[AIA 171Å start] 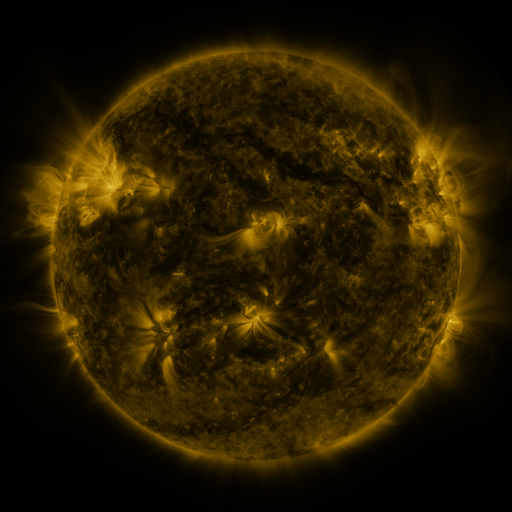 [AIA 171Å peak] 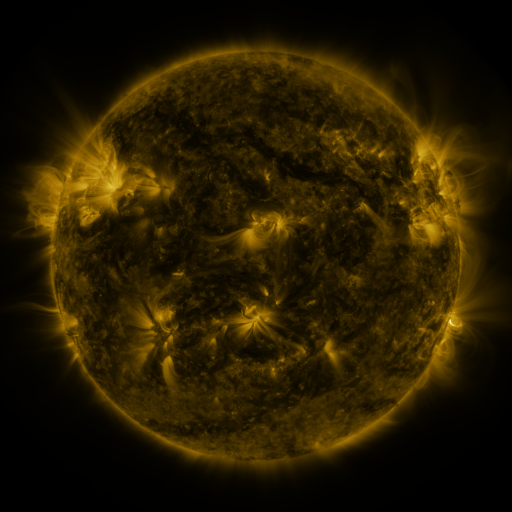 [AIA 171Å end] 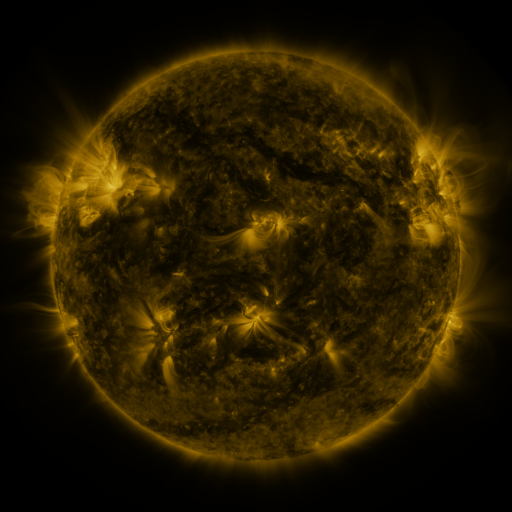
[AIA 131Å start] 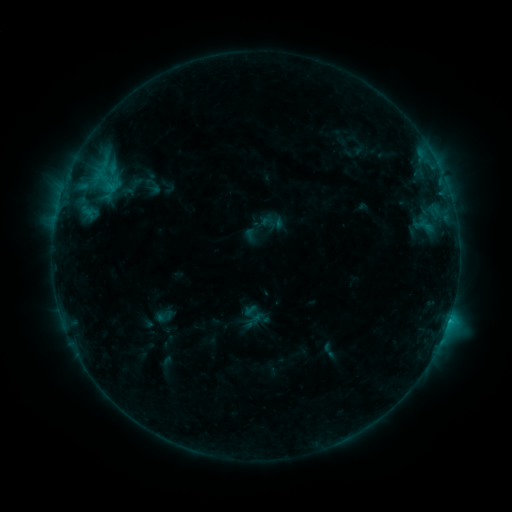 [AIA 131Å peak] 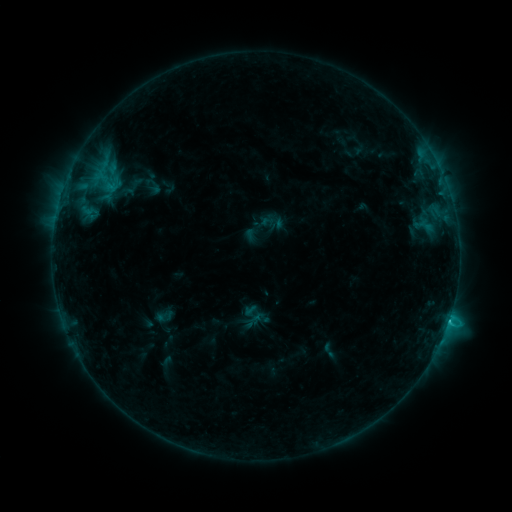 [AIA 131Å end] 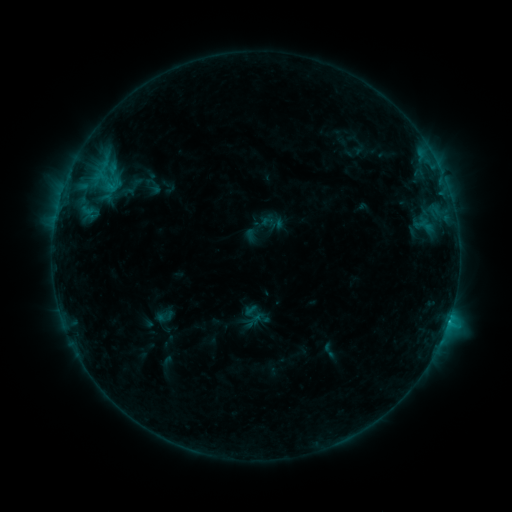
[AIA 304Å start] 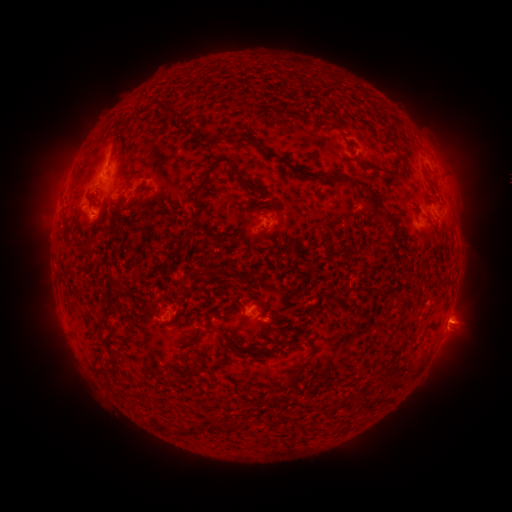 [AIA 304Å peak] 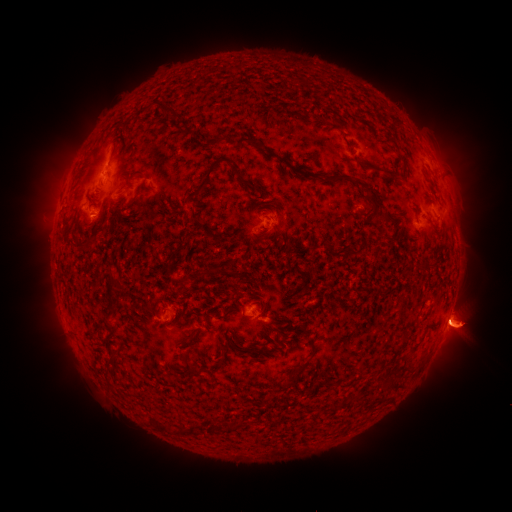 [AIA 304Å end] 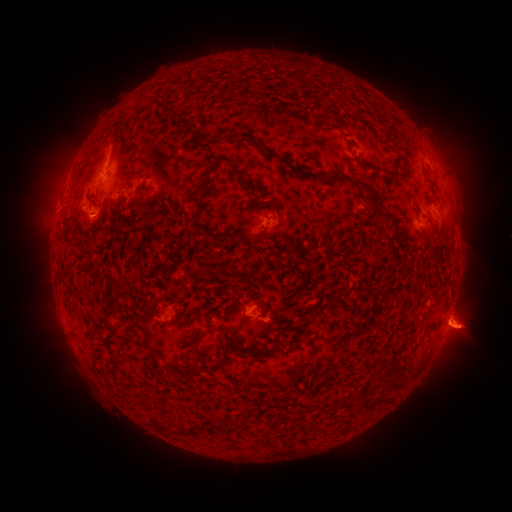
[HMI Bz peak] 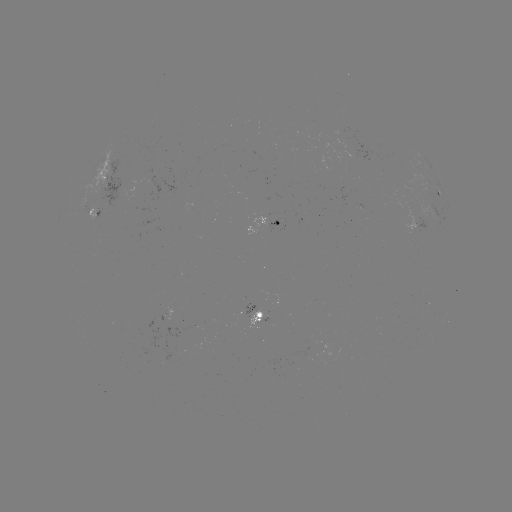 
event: flare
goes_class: C1.6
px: (449, 318)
